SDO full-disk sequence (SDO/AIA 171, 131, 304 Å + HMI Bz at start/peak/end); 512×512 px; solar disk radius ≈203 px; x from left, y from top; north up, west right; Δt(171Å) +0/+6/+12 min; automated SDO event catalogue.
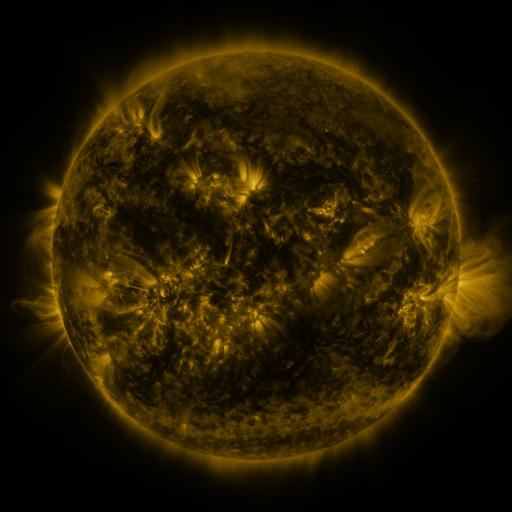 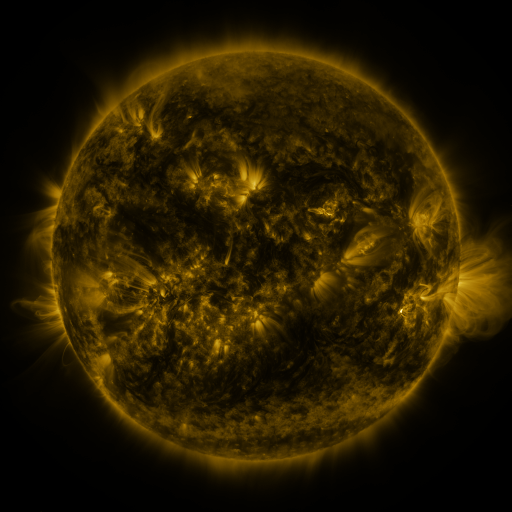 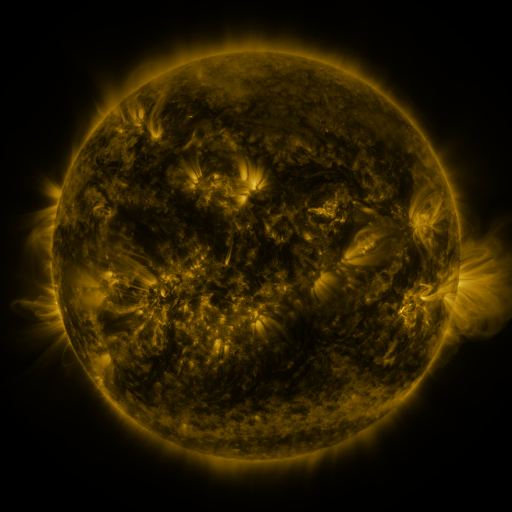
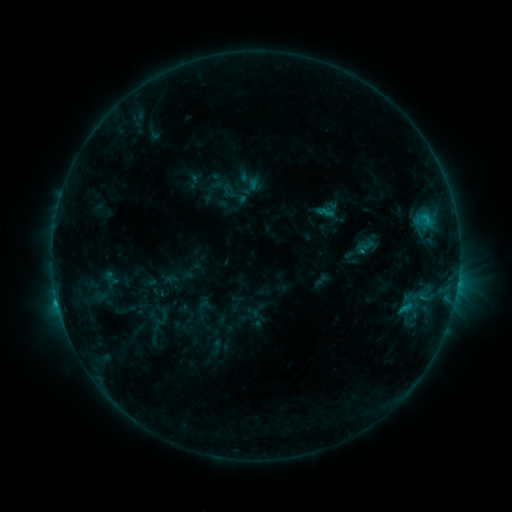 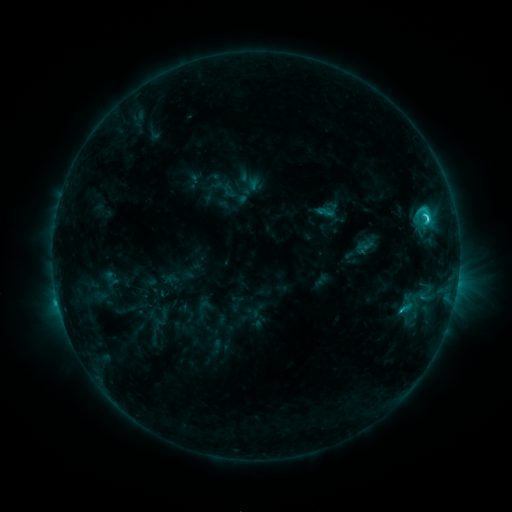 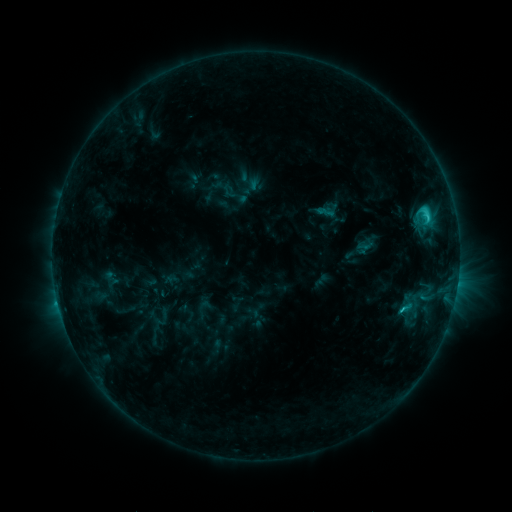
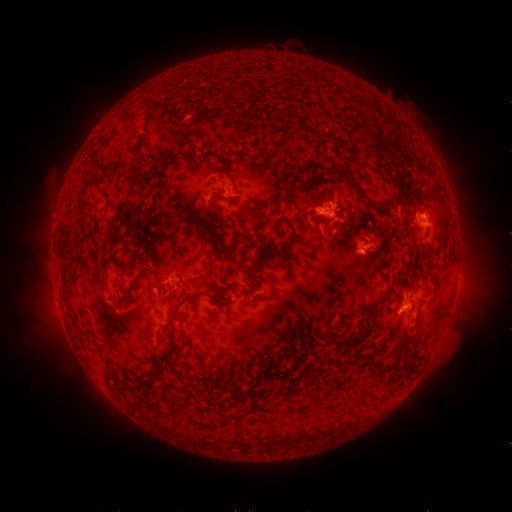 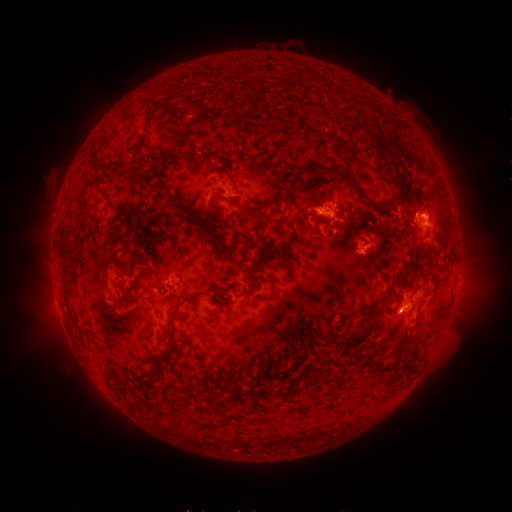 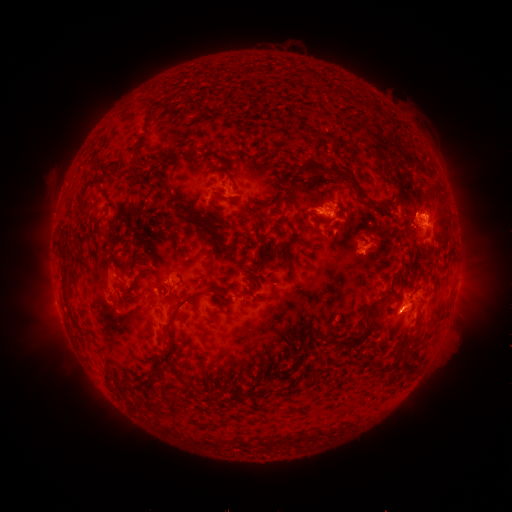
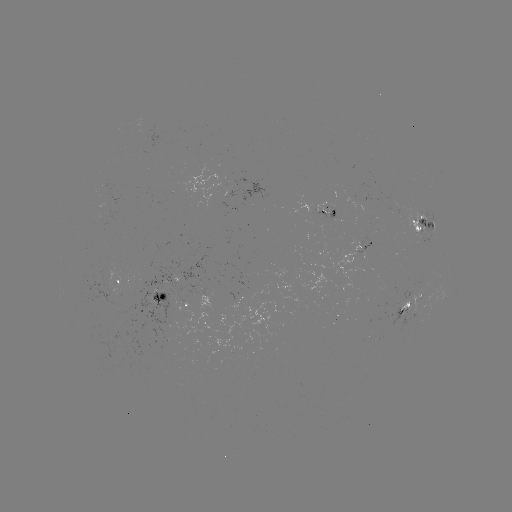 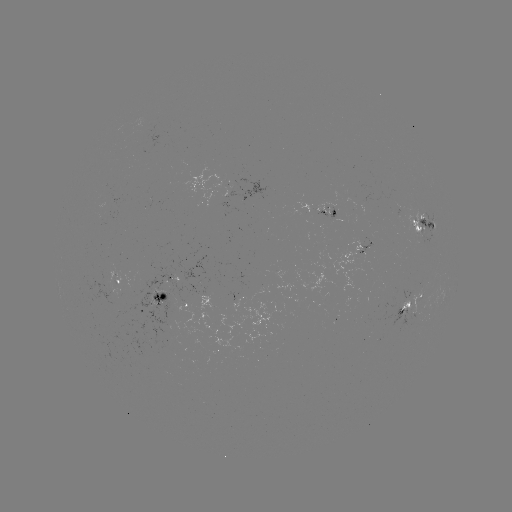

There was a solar flare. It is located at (427, 219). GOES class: C3.1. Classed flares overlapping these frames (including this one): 1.